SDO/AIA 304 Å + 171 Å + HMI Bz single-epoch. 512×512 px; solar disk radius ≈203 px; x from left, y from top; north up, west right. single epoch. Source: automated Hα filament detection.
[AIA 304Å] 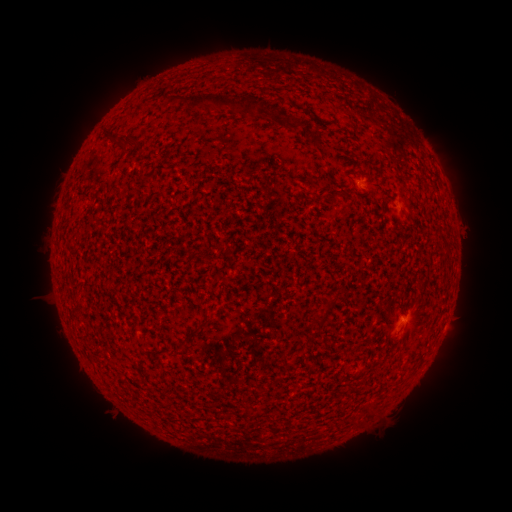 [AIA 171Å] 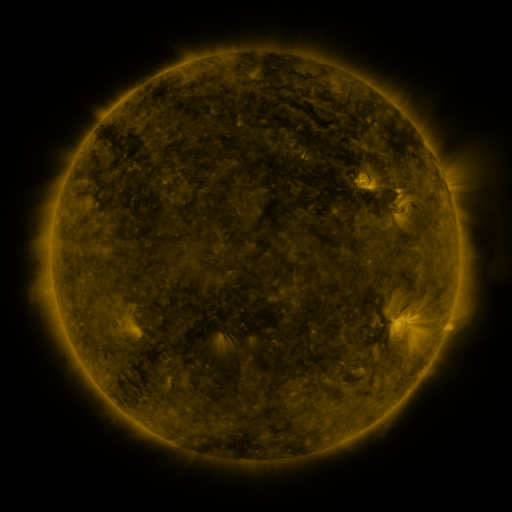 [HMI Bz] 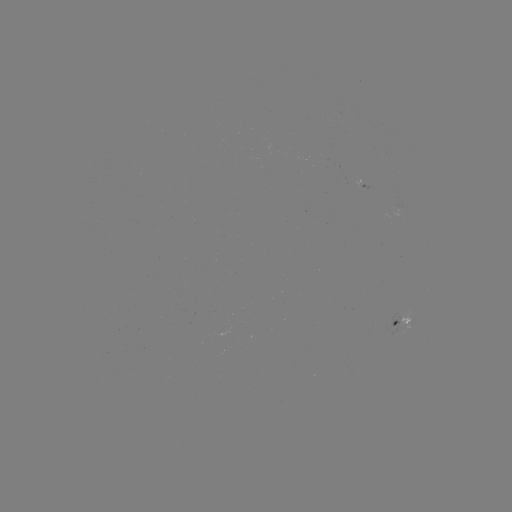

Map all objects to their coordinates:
filament: <bbox>167, 93, 262, 120</bbox>
filament: <bbox>119, 137, 139, 149</bbox>
filament: <bbox>137, 176, 150, 184</bbox>
filament: <bbox>312, 312, 329, 328</bbox>
filament: <bbox>187, 319, 210, 340</bbox>
